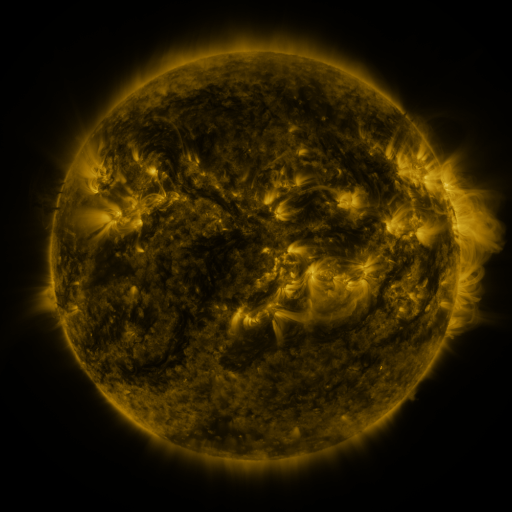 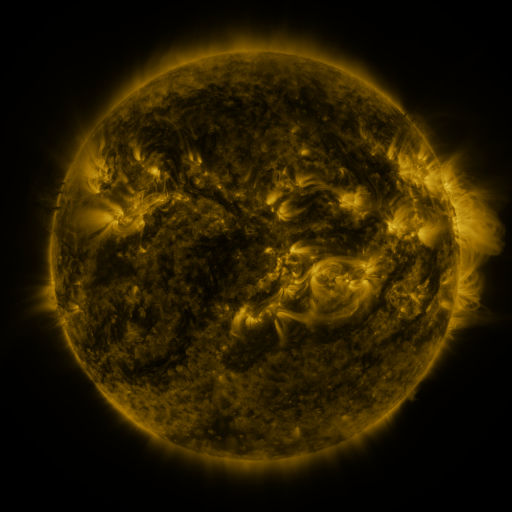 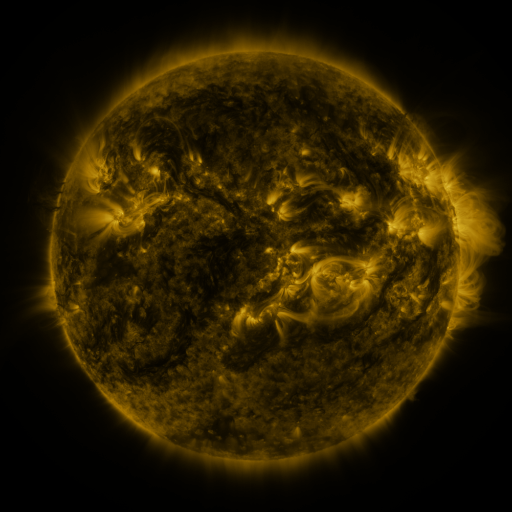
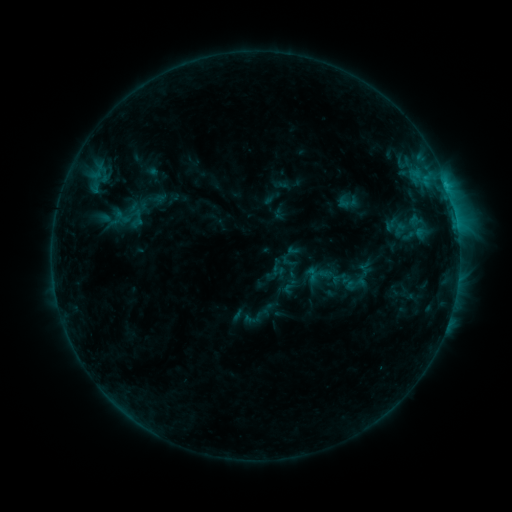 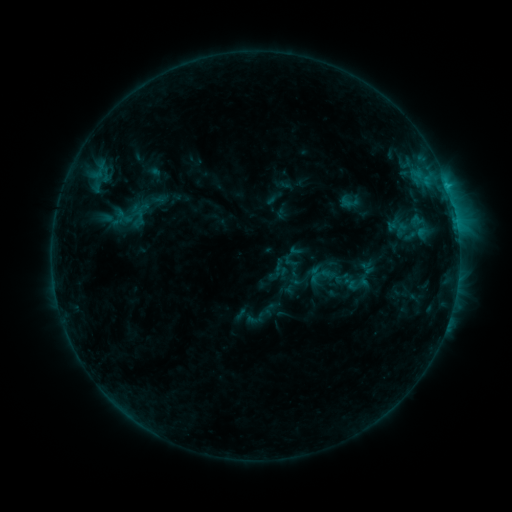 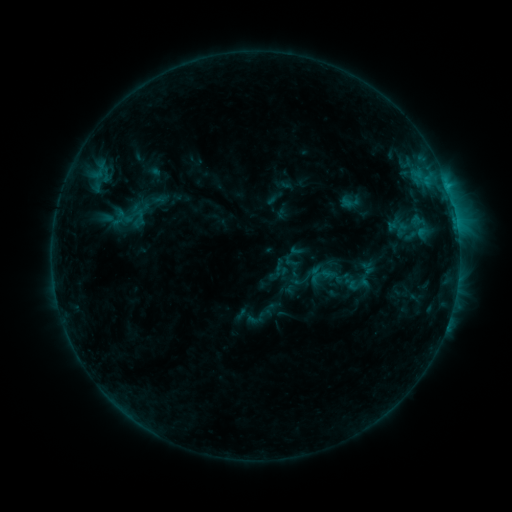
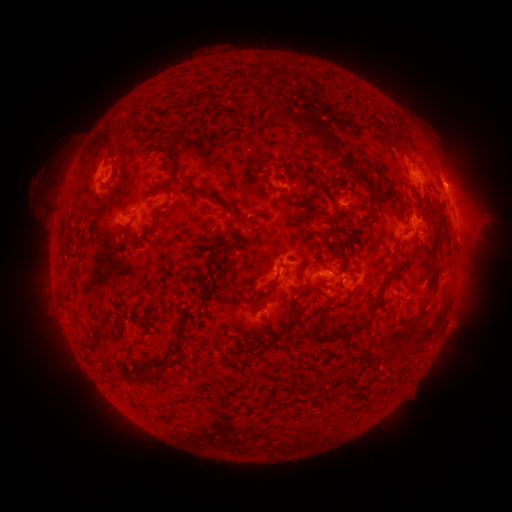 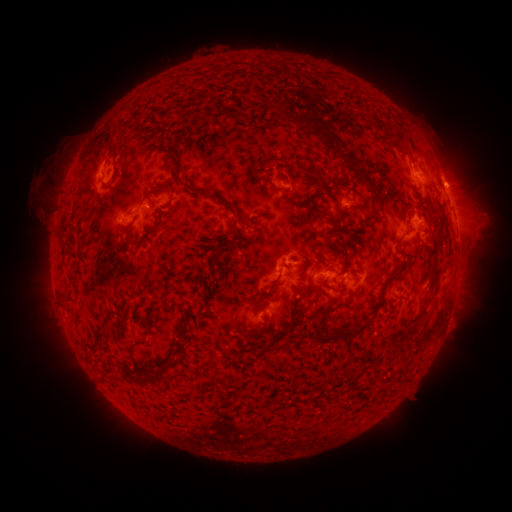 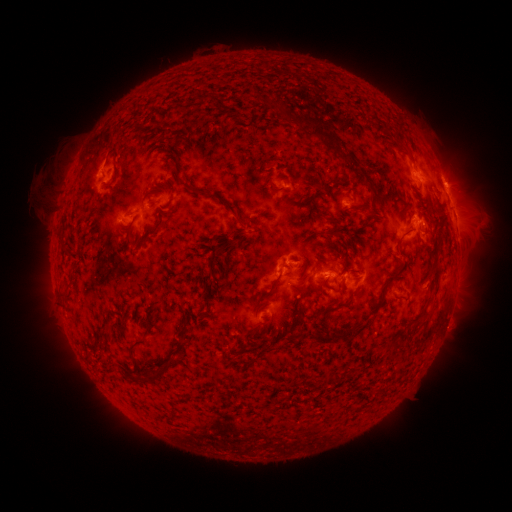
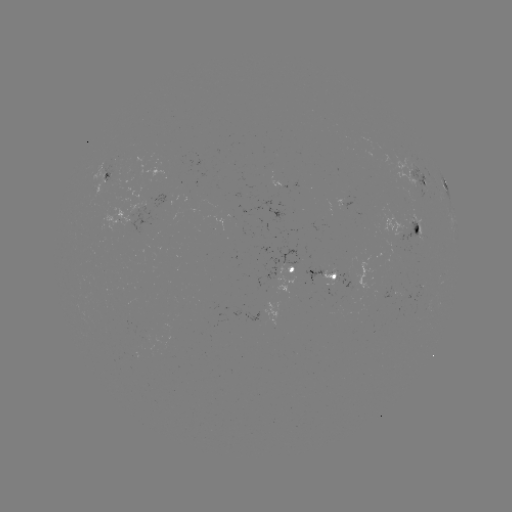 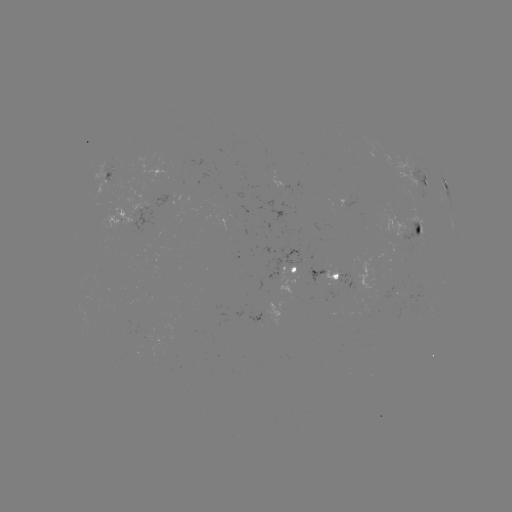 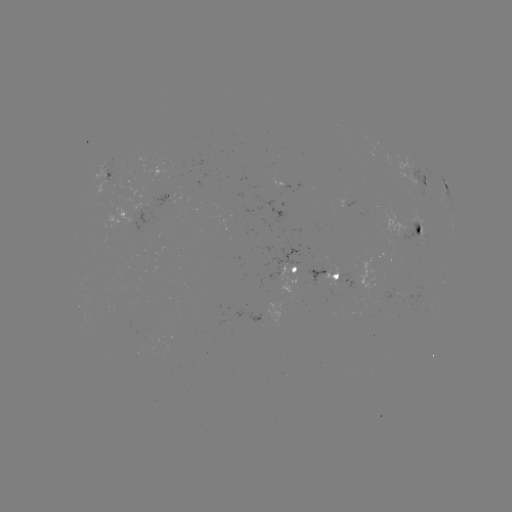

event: emerging-flux region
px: (408, 234)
